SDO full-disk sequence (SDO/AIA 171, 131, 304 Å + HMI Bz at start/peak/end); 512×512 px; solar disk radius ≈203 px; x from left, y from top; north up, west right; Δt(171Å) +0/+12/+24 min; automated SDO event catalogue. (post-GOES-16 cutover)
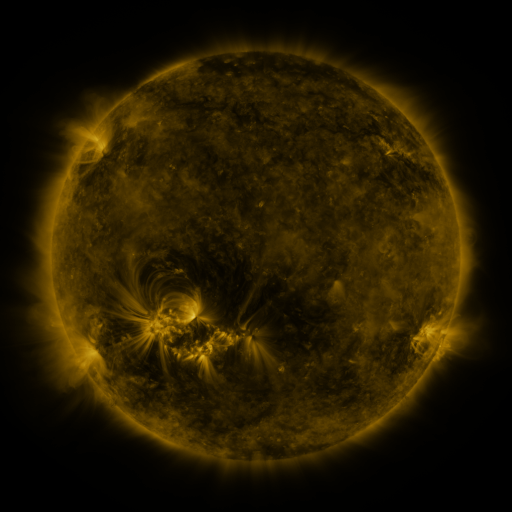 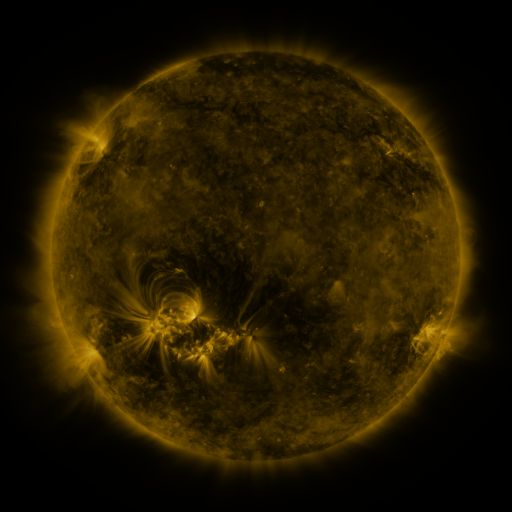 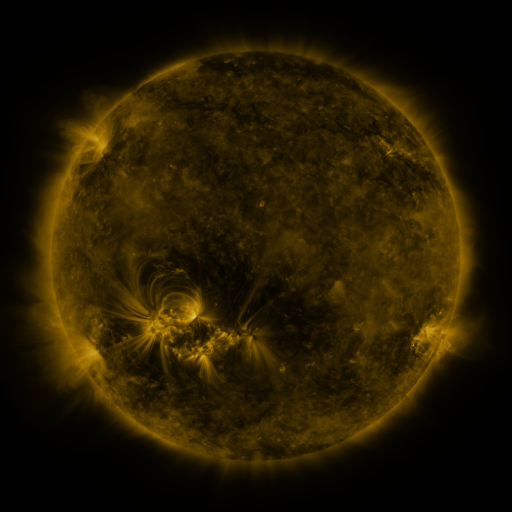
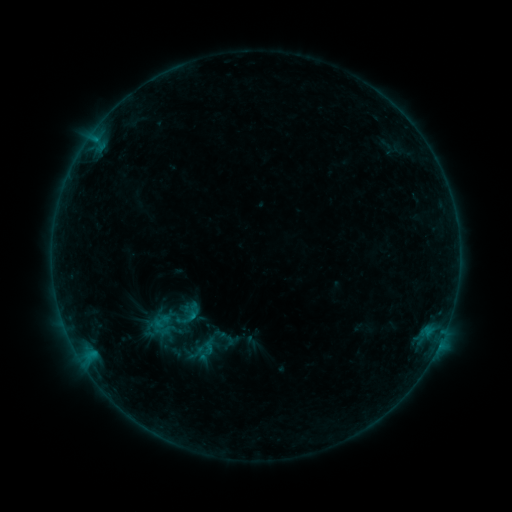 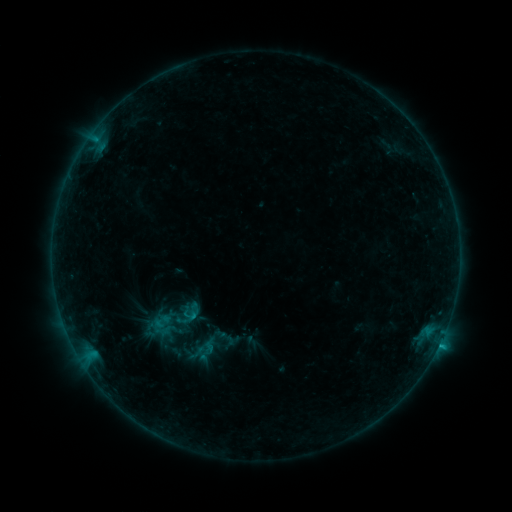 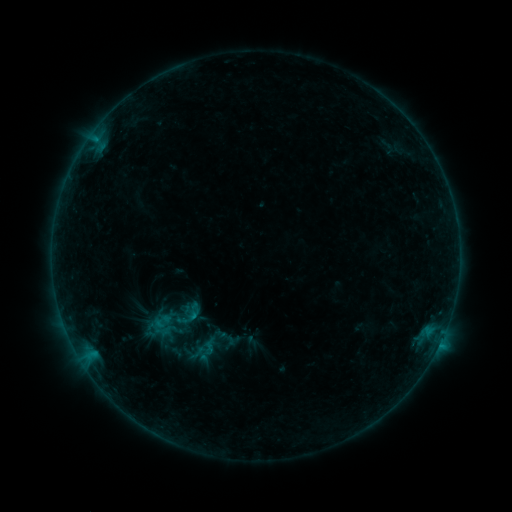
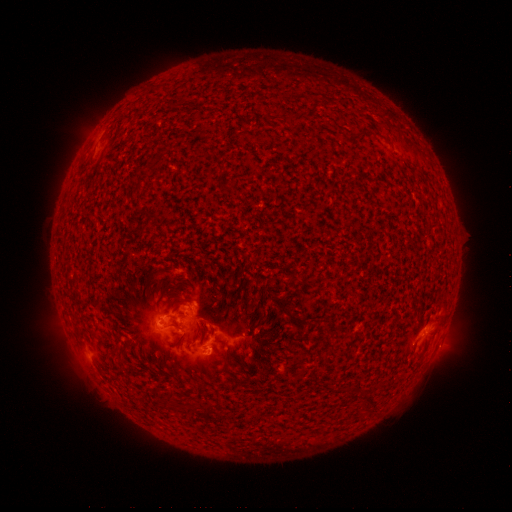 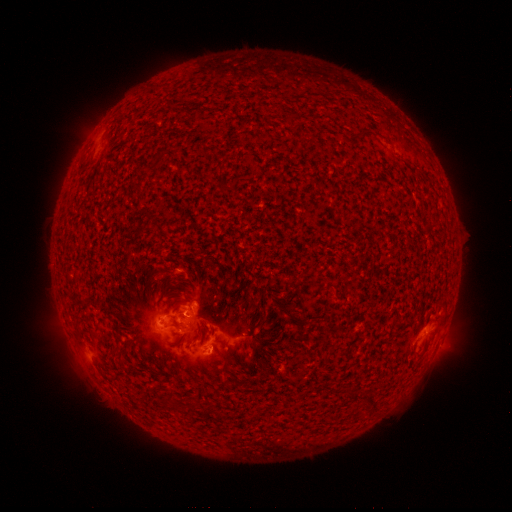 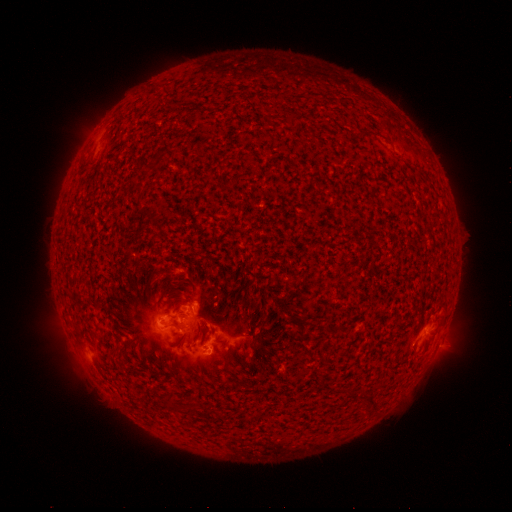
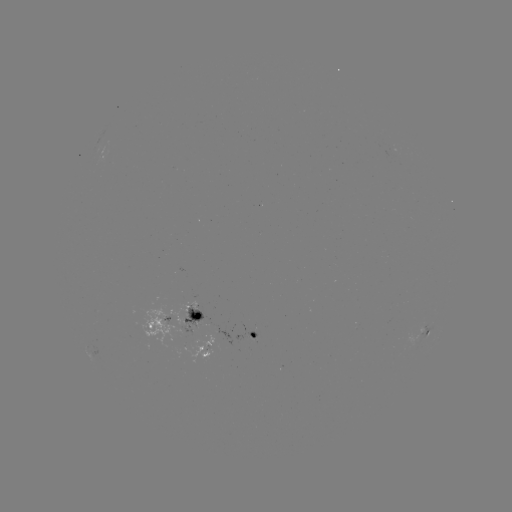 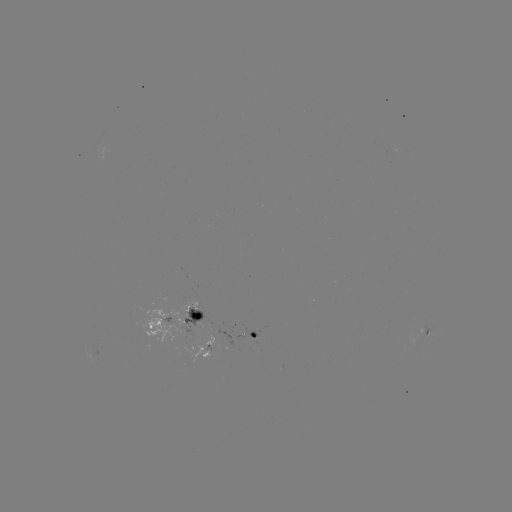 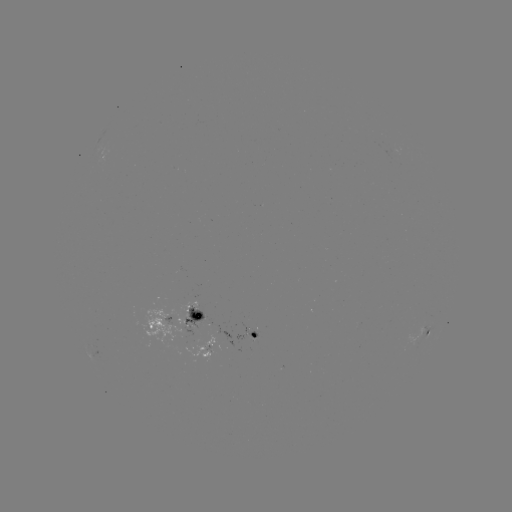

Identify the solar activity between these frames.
C1.0 flare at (440, 341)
